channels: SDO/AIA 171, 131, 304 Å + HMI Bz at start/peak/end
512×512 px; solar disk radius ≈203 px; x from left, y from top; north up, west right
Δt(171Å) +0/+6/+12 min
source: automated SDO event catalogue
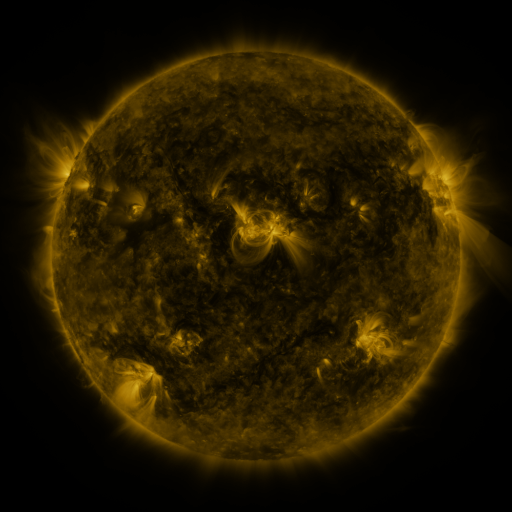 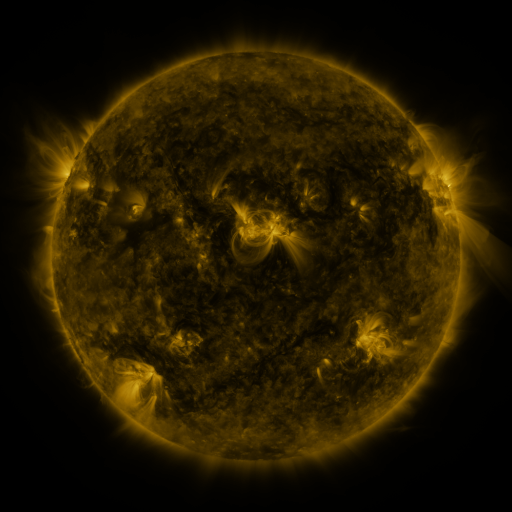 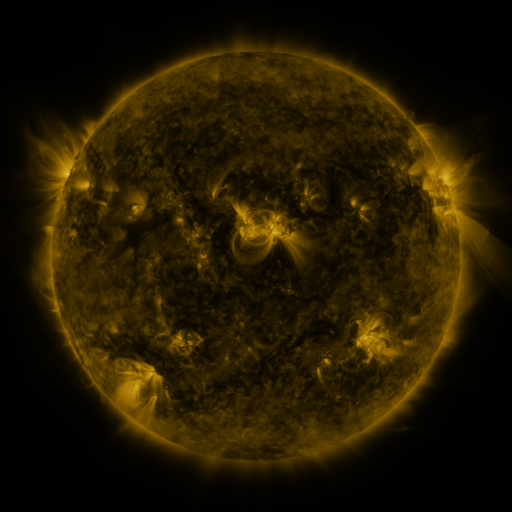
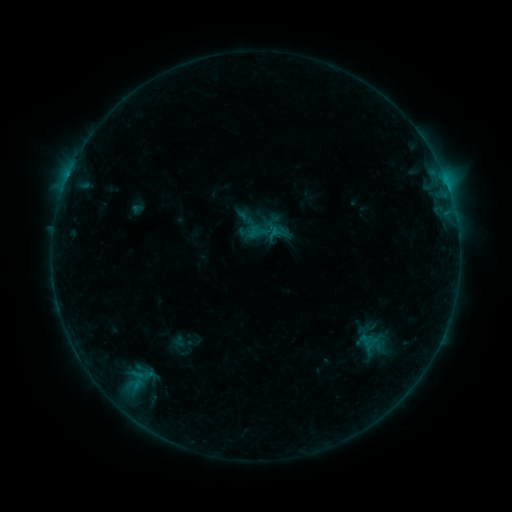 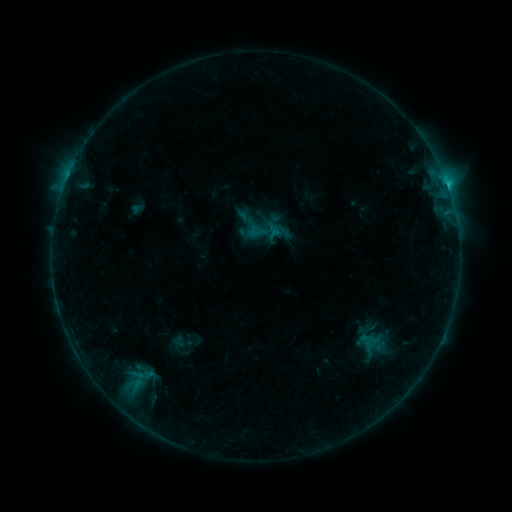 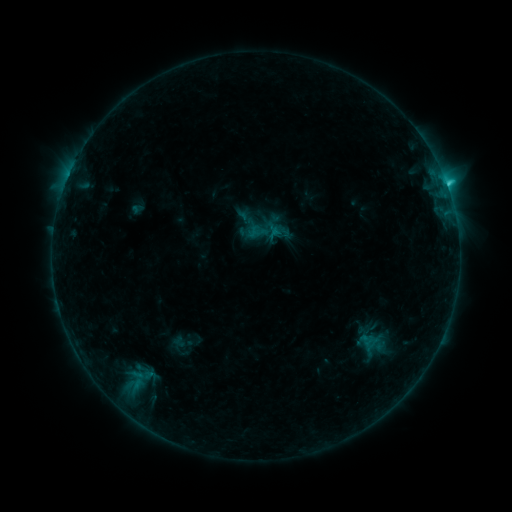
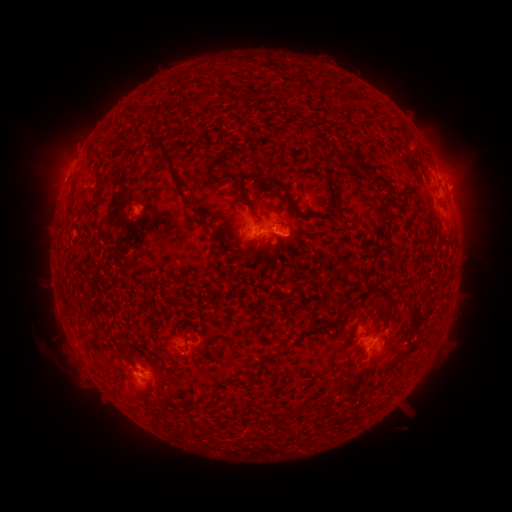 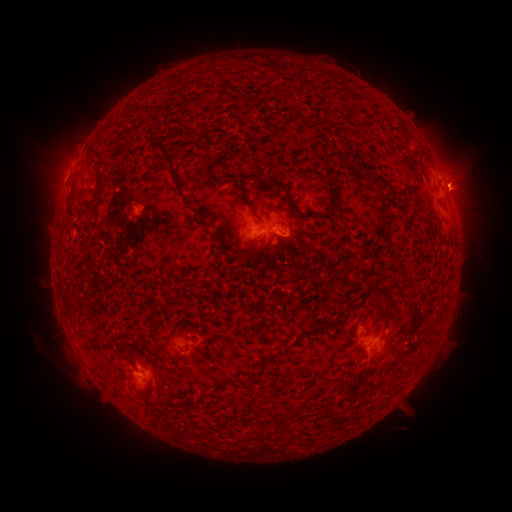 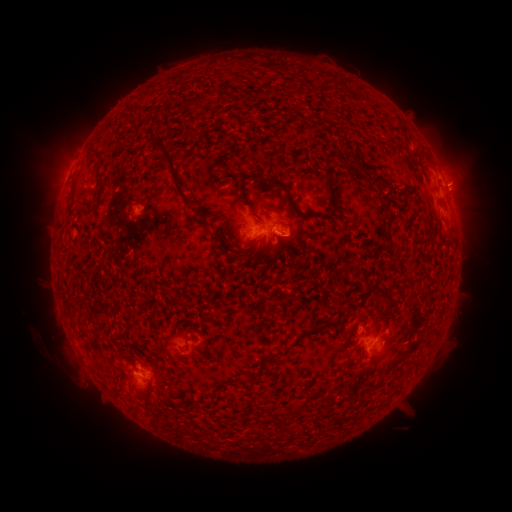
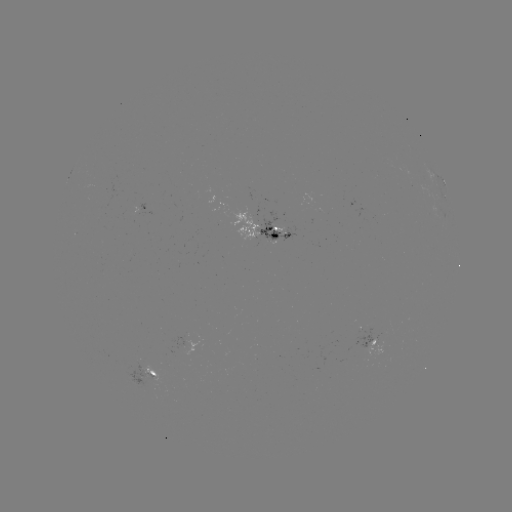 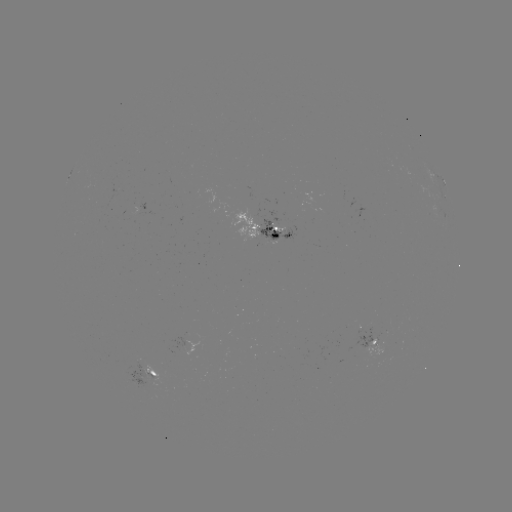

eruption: (436, 153, 489, 208)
